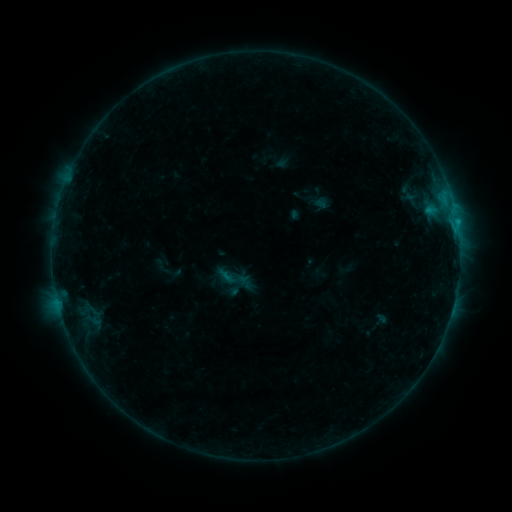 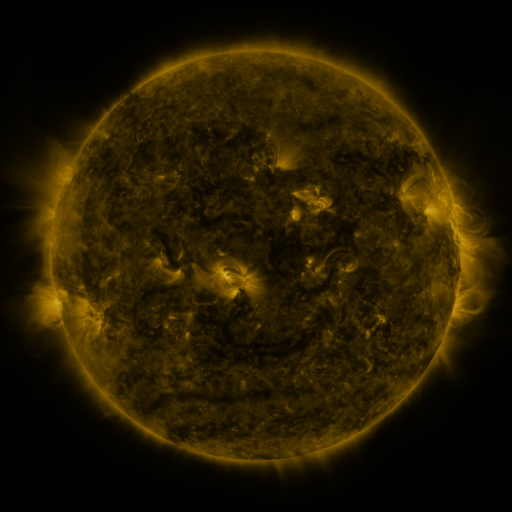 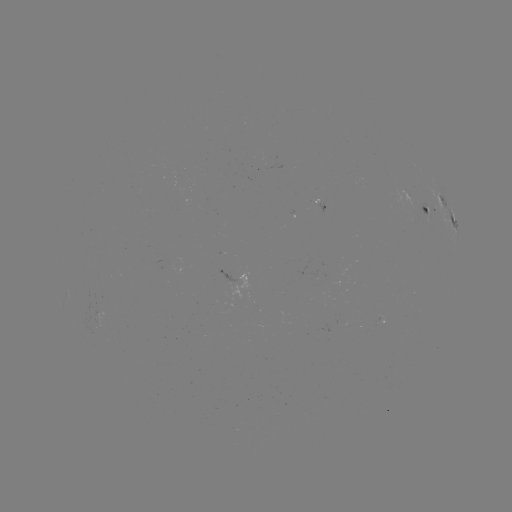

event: sigmoid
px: (232, 277)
